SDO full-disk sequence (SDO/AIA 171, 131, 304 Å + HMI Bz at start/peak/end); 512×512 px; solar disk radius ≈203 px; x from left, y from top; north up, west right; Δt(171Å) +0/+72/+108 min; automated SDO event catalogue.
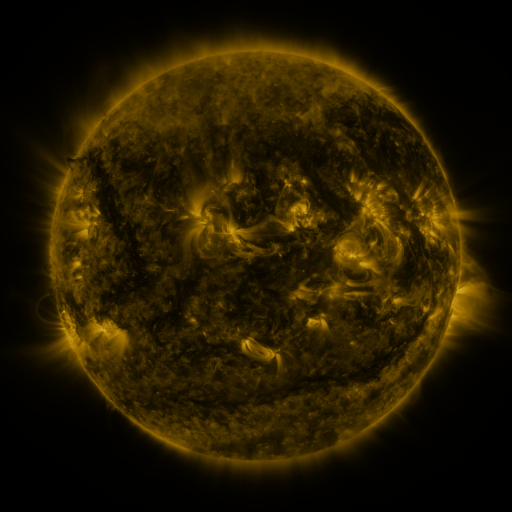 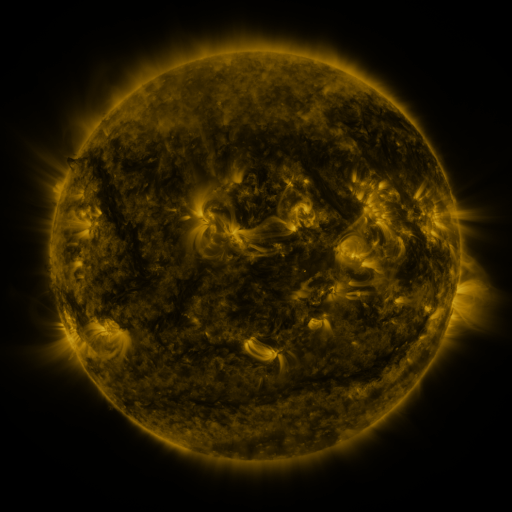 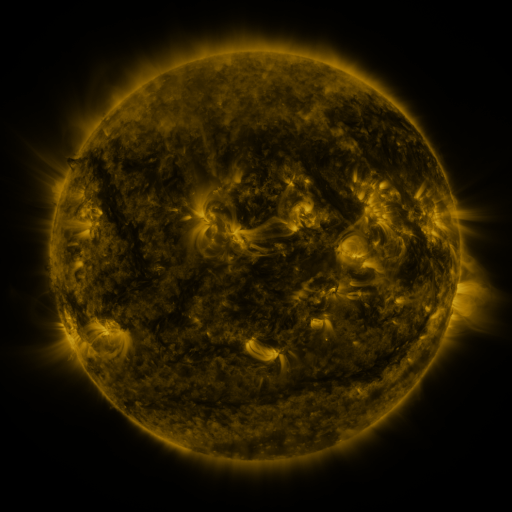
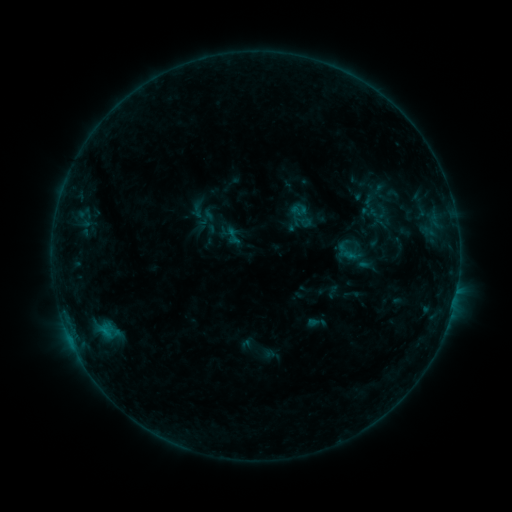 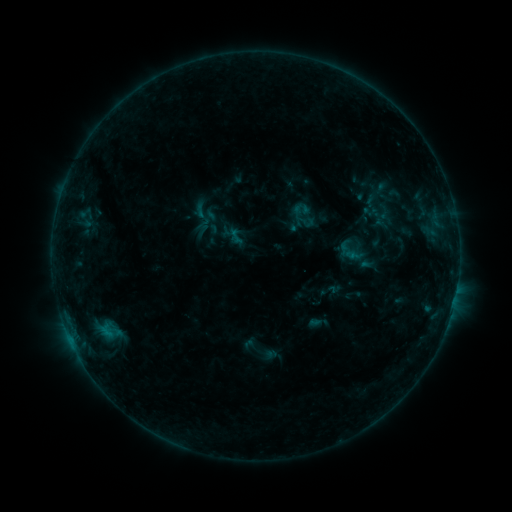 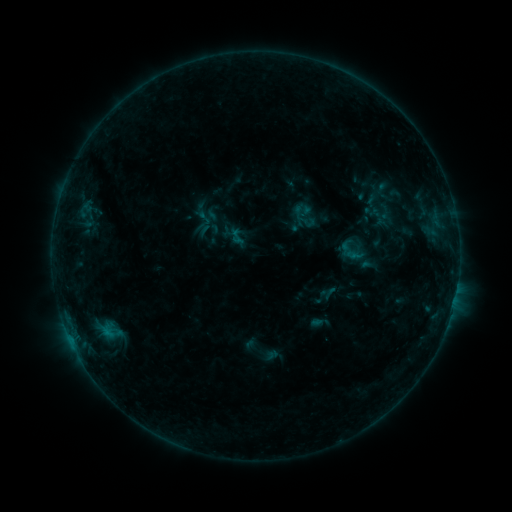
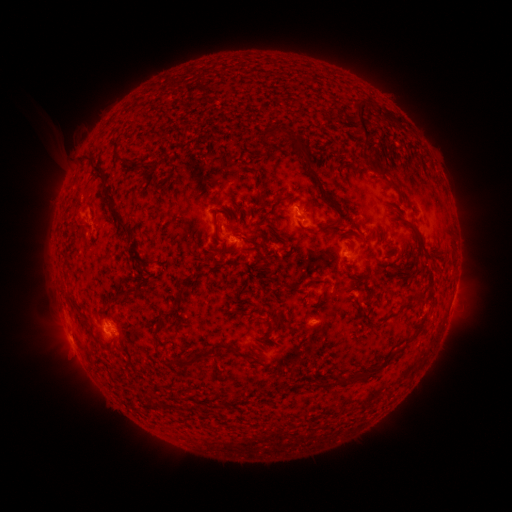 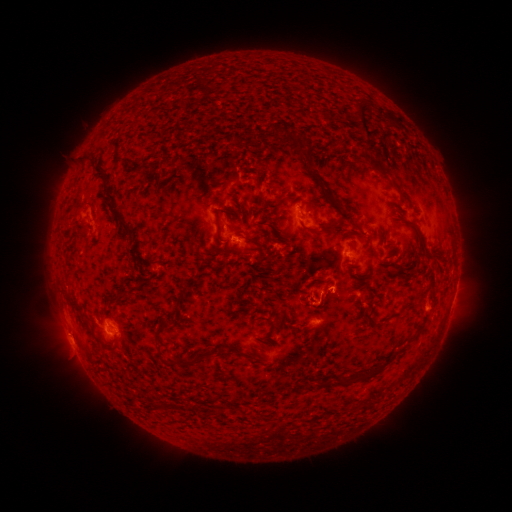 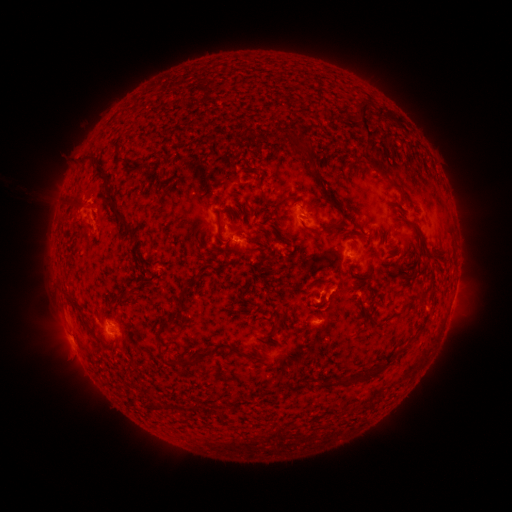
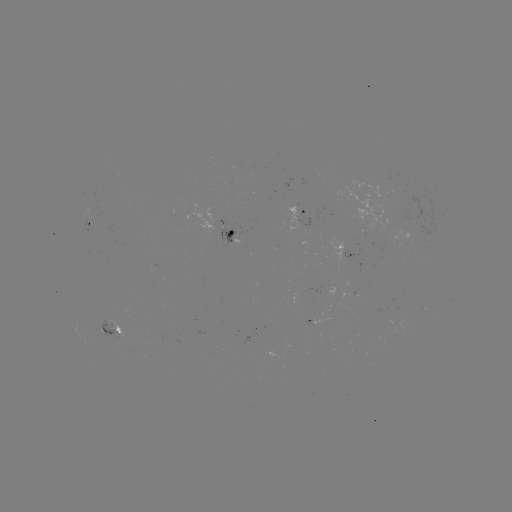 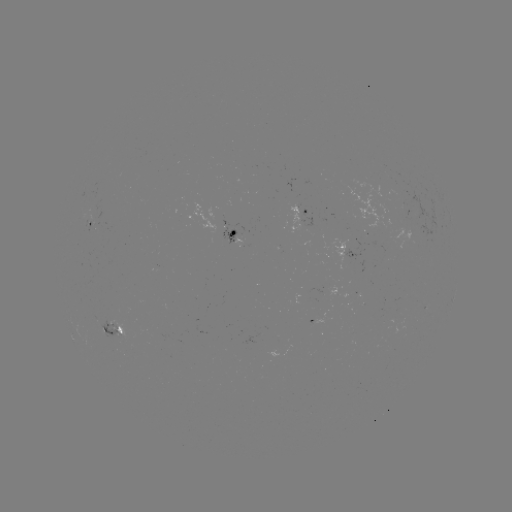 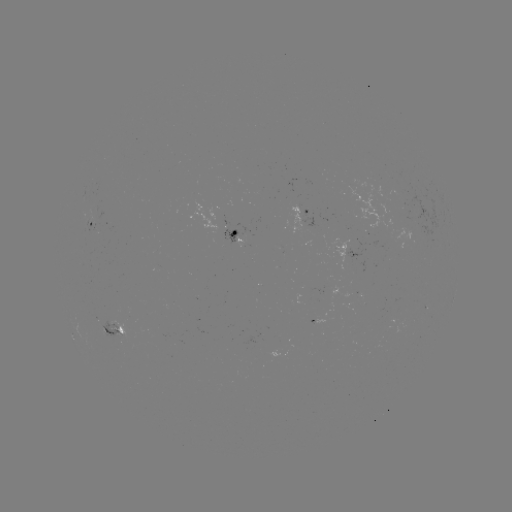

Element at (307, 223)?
emerging-flux region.